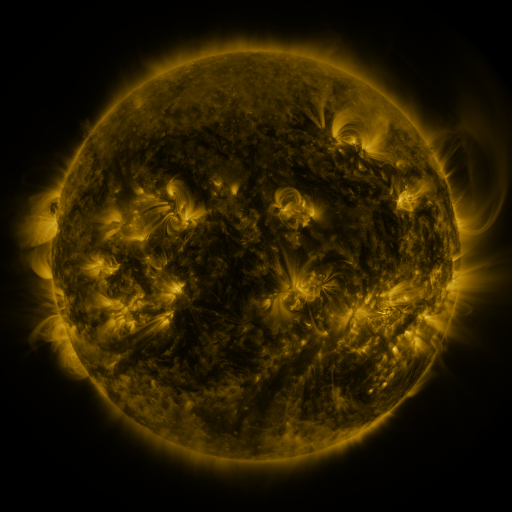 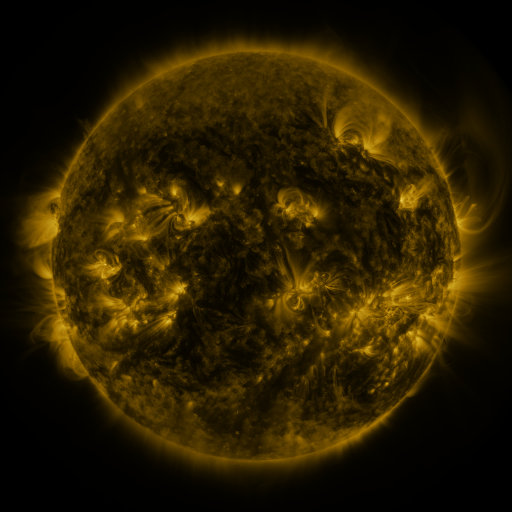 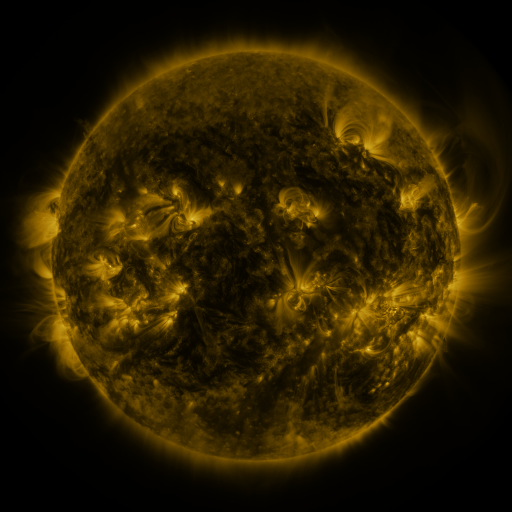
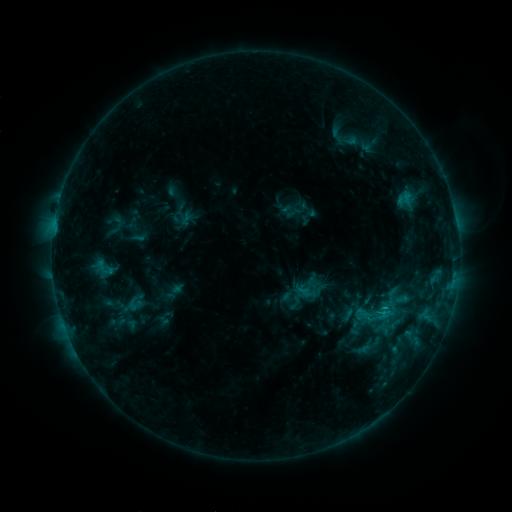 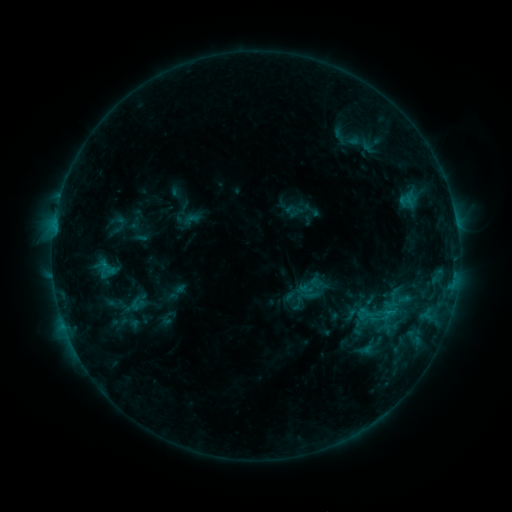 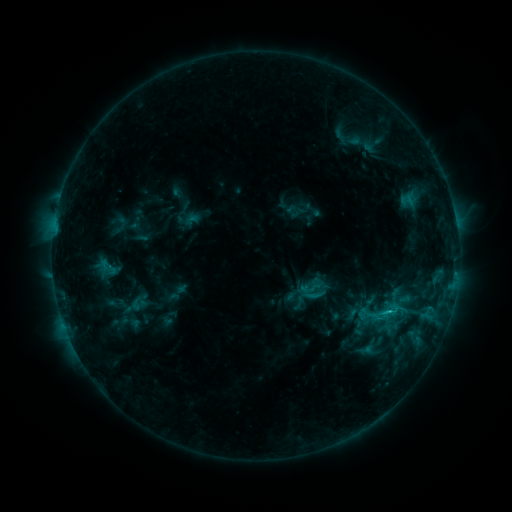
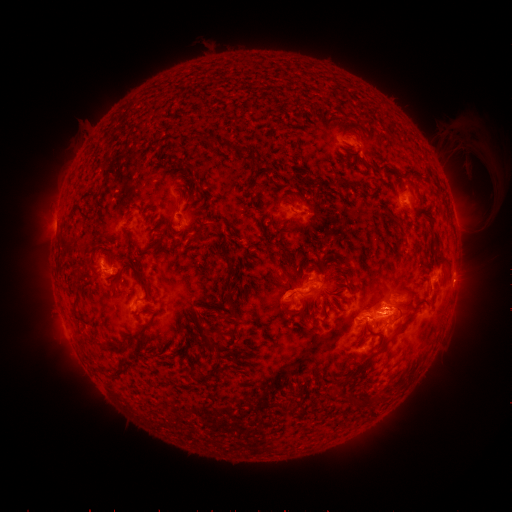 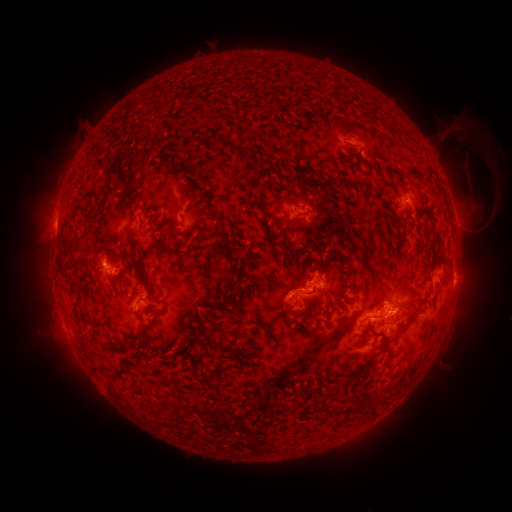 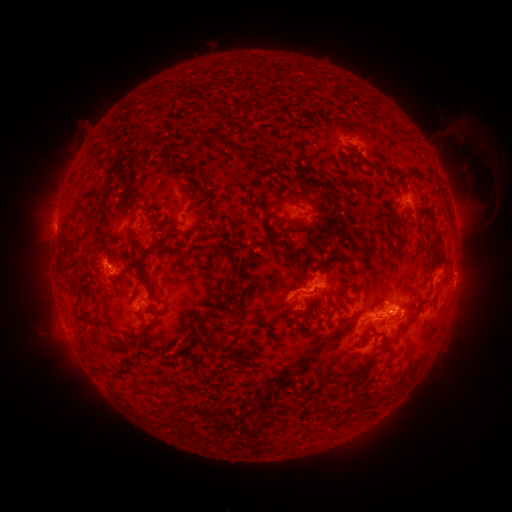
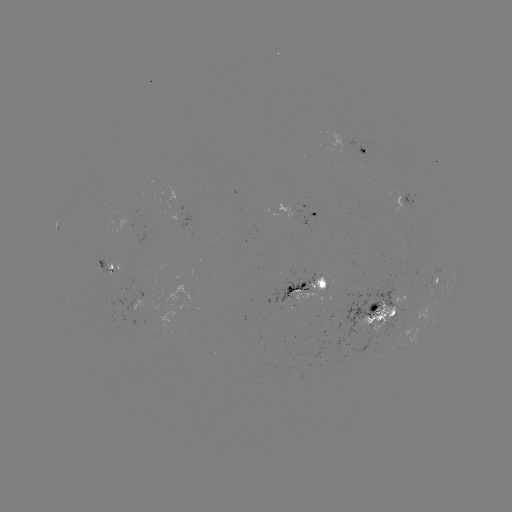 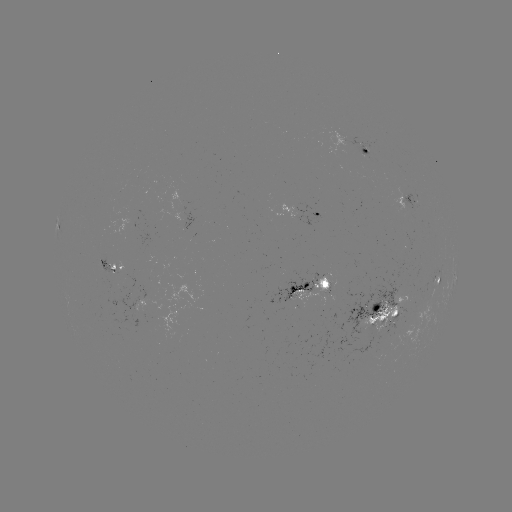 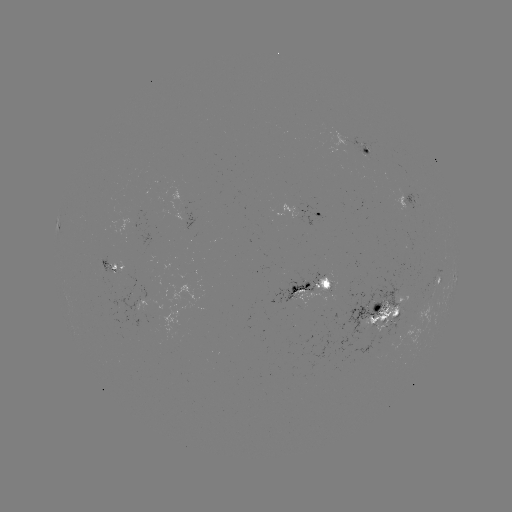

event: emerging-flux region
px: (361, 147)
